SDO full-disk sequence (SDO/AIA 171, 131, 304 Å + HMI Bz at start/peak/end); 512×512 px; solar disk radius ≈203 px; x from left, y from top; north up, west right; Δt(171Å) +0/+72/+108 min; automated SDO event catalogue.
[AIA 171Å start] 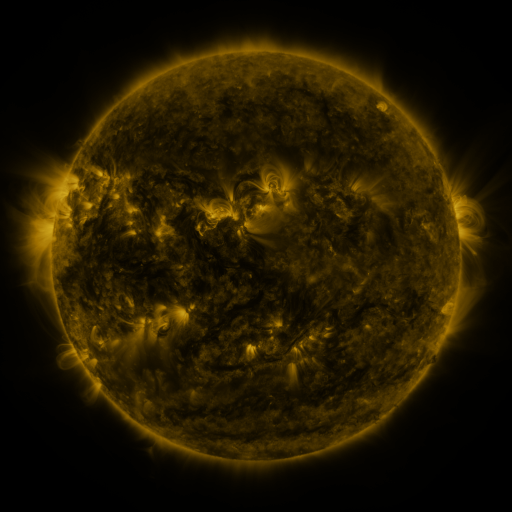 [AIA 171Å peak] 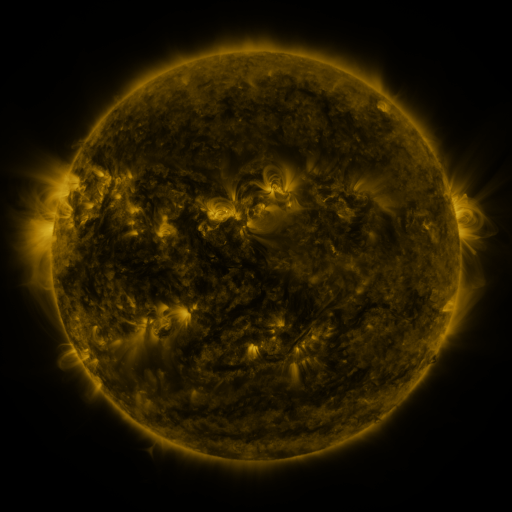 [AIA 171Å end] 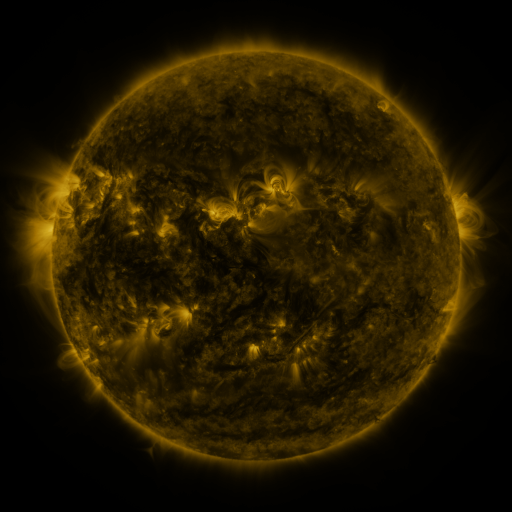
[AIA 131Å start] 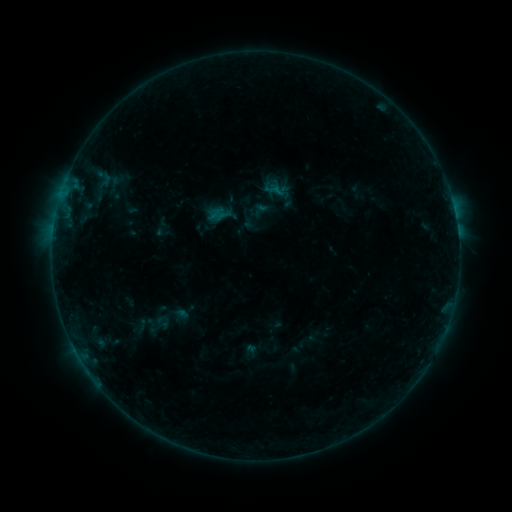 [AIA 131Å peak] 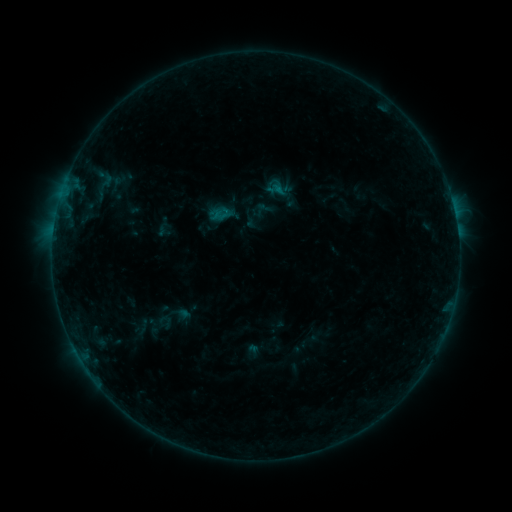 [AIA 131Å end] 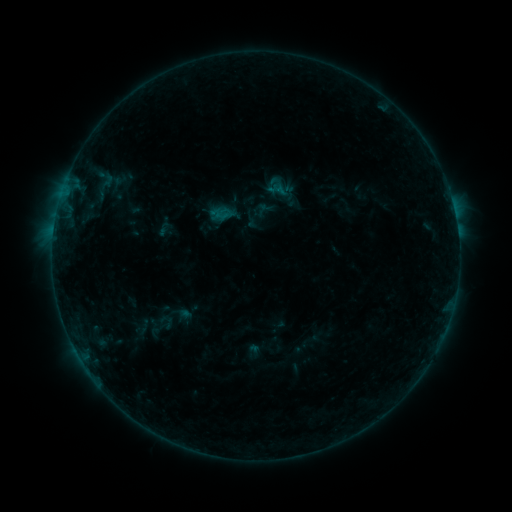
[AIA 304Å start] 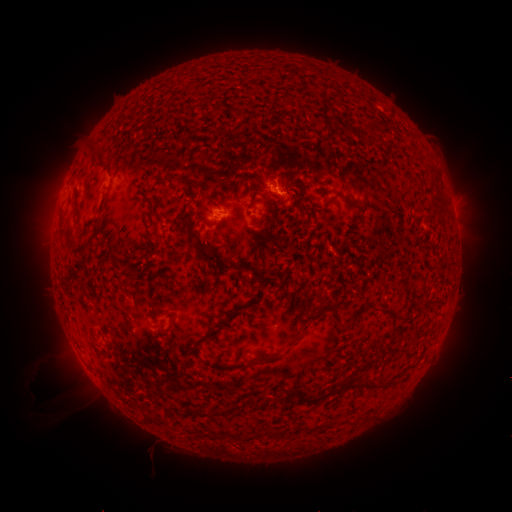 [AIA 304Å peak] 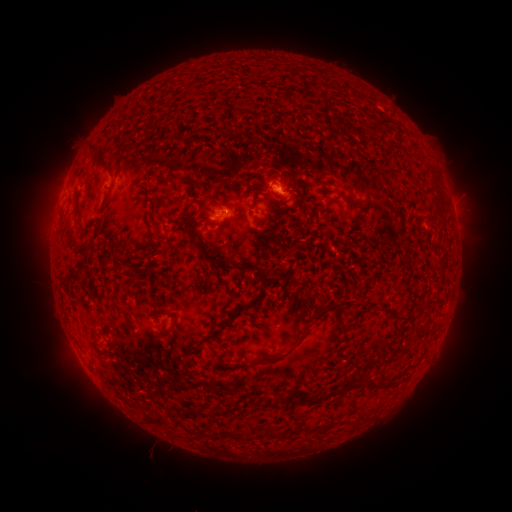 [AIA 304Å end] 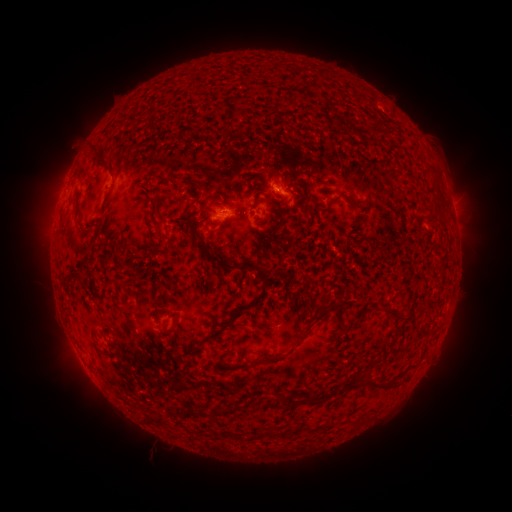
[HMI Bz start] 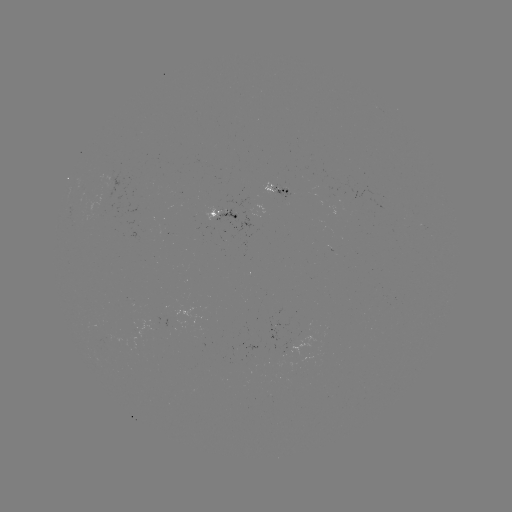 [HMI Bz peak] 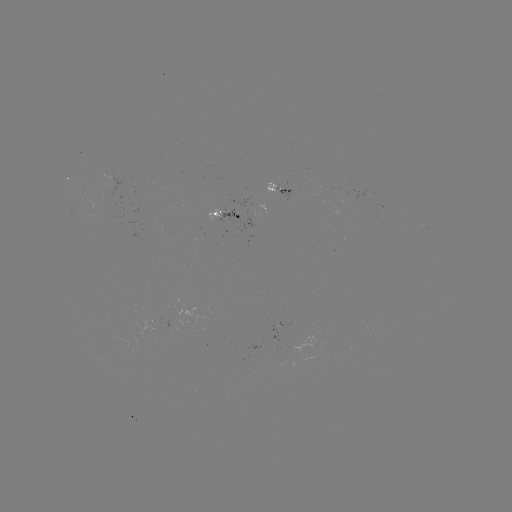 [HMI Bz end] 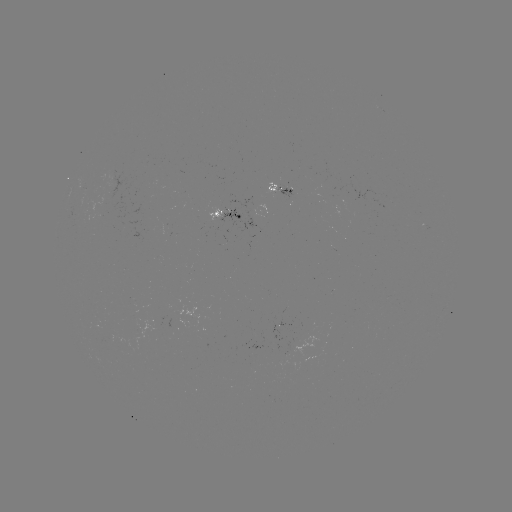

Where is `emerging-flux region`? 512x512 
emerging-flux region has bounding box [98, 337, 114, 343].